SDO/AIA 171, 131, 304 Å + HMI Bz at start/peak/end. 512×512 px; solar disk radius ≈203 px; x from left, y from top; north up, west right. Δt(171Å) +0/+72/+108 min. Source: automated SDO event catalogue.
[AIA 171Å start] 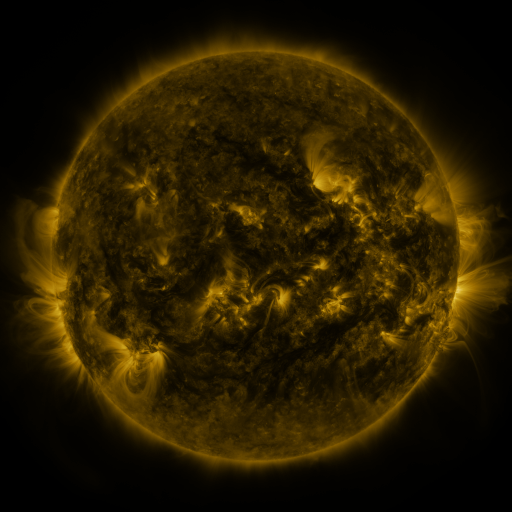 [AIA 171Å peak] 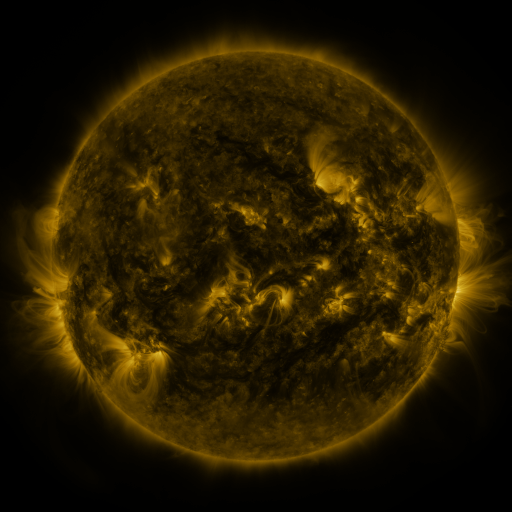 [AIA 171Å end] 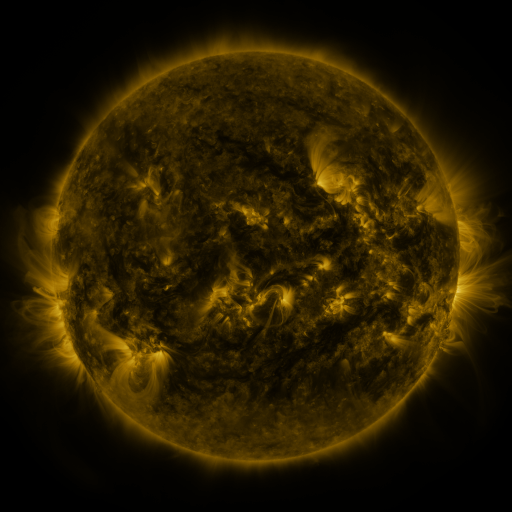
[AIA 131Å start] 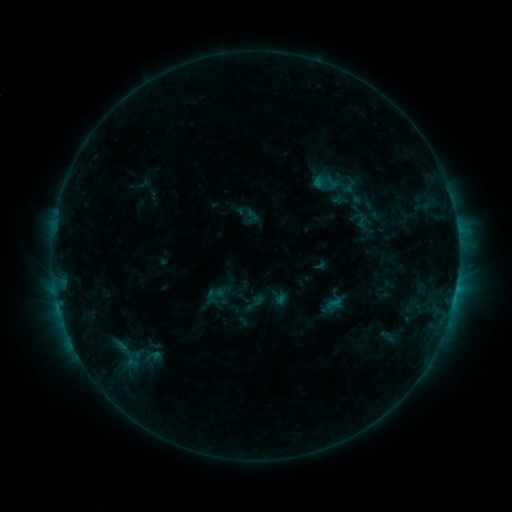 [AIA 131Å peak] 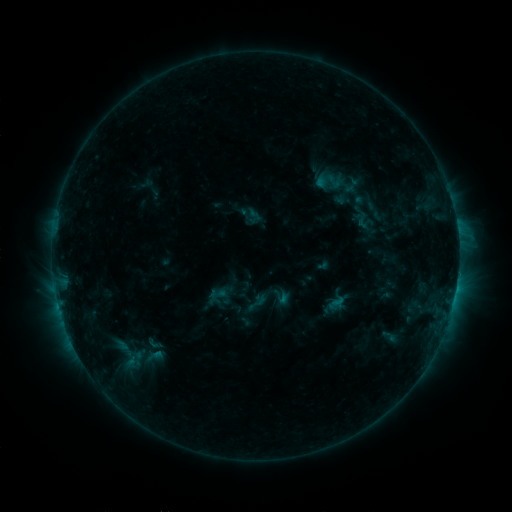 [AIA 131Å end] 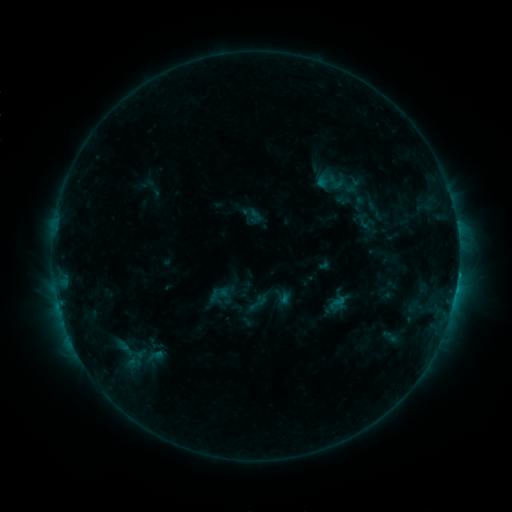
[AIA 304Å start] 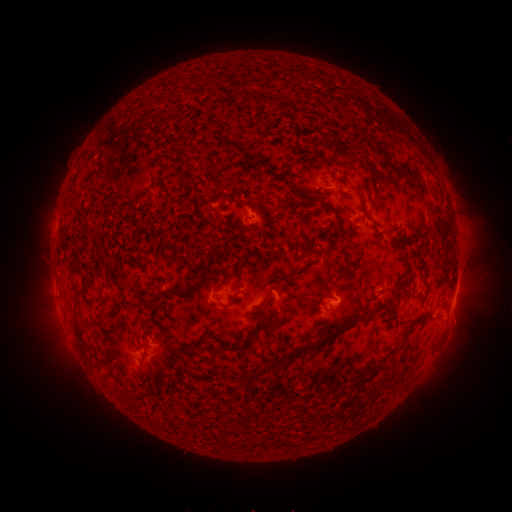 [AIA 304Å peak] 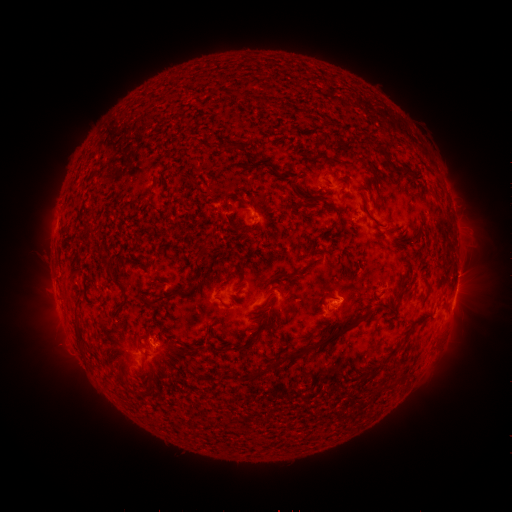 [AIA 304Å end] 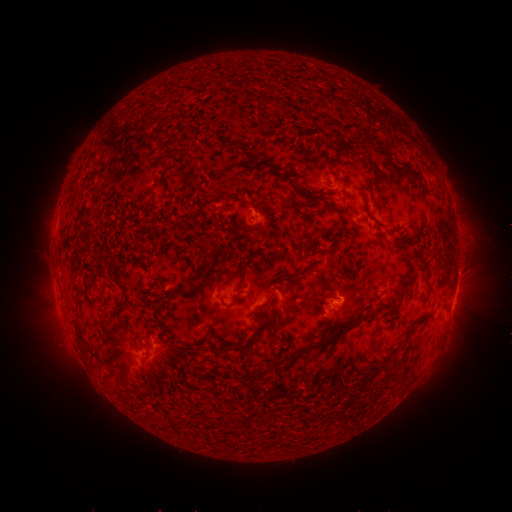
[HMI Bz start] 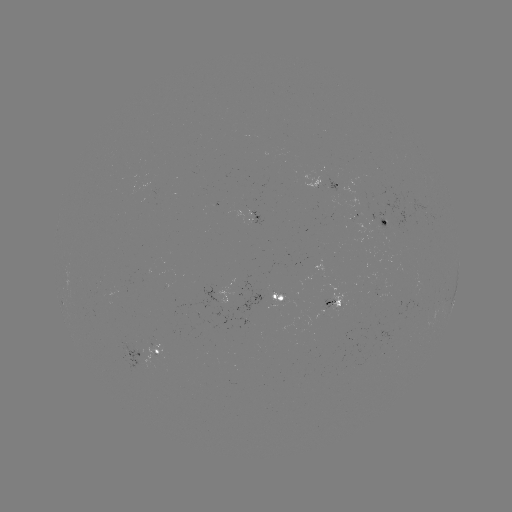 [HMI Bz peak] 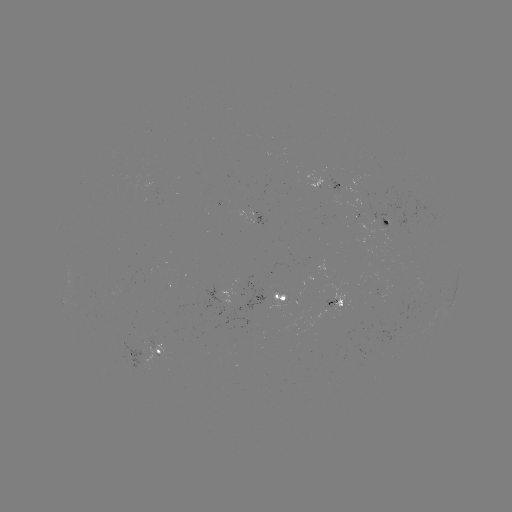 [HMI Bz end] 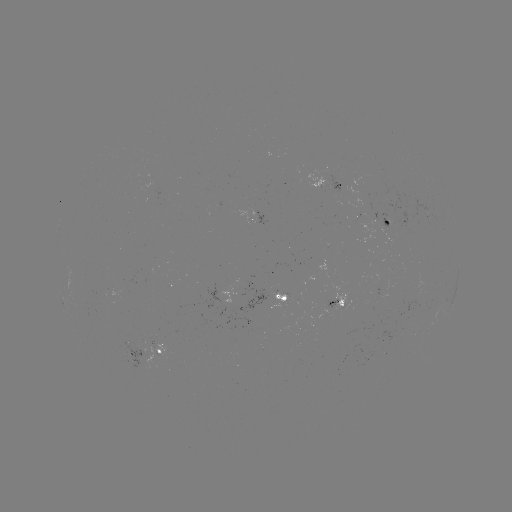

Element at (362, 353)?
emerging-flux region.